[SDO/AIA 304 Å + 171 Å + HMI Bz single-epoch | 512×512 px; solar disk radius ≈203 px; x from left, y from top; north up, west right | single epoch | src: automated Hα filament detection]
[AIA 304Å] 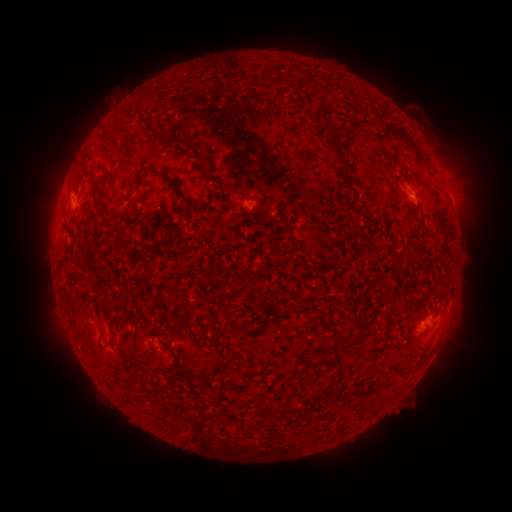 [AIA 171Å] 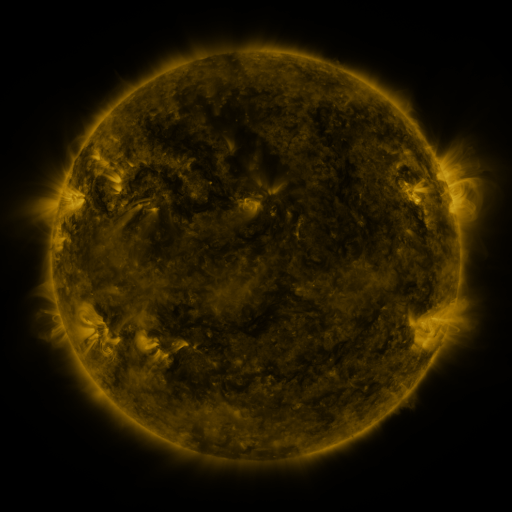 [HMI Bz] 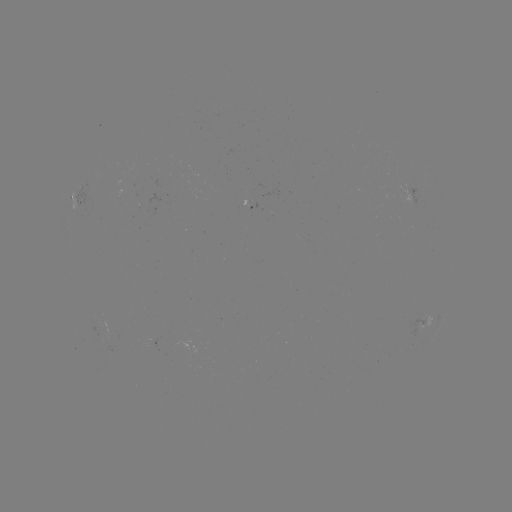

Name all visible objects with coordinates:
filament: <bbox>369, 110, 379, 119</bbox>
filament: <bbox>318, 113, 345, 165</bbox>
filament: <bbox>140, 116, 147, 126</bbox>
filament: <bbox>383, 123, 428, 166</bbox>
filament: <bbox>190, 149, 213, 173</bbox>
filament: <bbox>82, 152, 92, 162</bbox>
filament: <bbox>134, 165, 191, 211</bbox>
filament: <bbox>341, 192, 350, 203</bbox>
filament: <bbox>92, 195, 113, 223</bbox>
filament: <bbox>62, 220, 73, 235</bbox>
filament: <bbox>286, 223, 292, 233</bbox>
filament: <bbox>105, 305, 116, 341</bbox>
filament: <bbox>185, 306, 198, 316</bbox>
filament: <bbox>347, 338, 356, 345</bbox>
filament: <bbox>165, 341, 173, 352</bbox>
filament: <bbox>418, 344, 429, 357</bbox>
filament: <bbox>141, 350, 154, 359</bbox>
filament: <bbox>300, 360, 321, 371</bbox>
filament: <bbox>356, 387, 367, 396</bbox>
filament: <bbox>268, 403, 298, 413</bbox>
